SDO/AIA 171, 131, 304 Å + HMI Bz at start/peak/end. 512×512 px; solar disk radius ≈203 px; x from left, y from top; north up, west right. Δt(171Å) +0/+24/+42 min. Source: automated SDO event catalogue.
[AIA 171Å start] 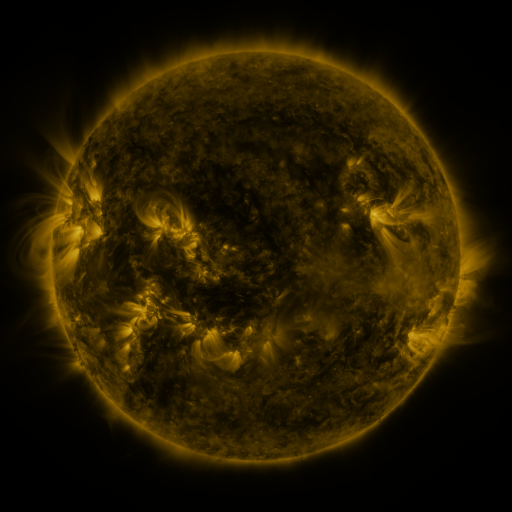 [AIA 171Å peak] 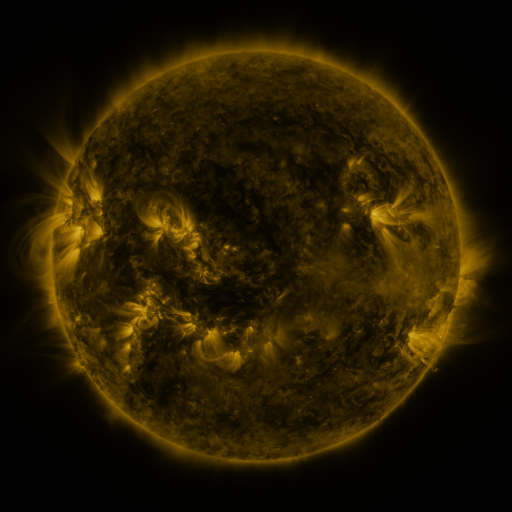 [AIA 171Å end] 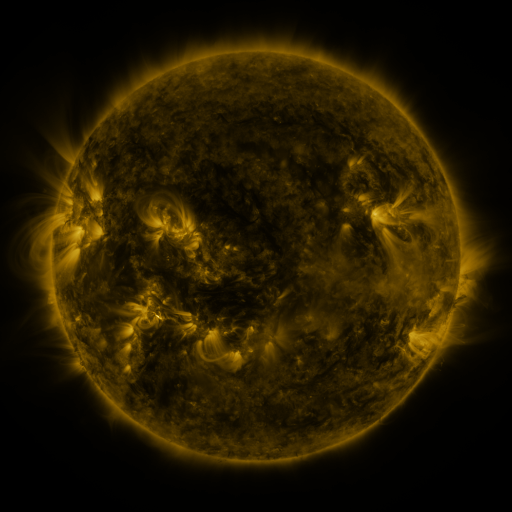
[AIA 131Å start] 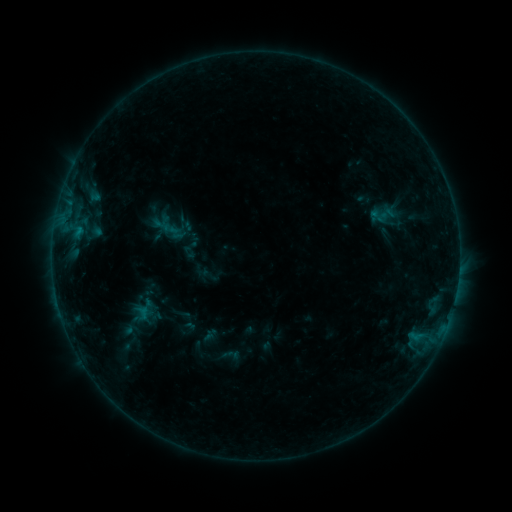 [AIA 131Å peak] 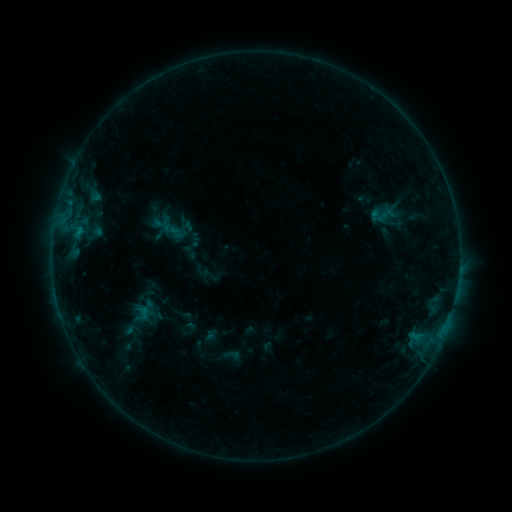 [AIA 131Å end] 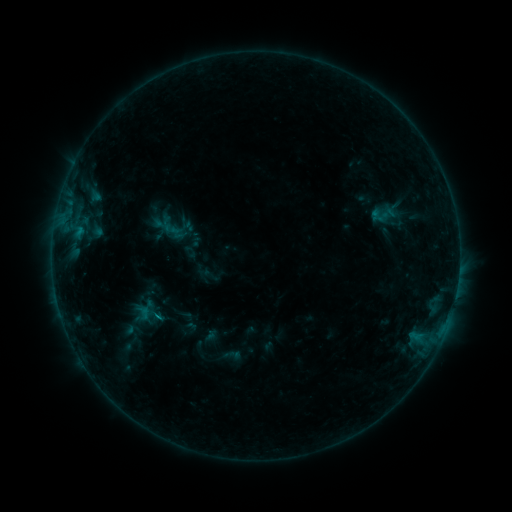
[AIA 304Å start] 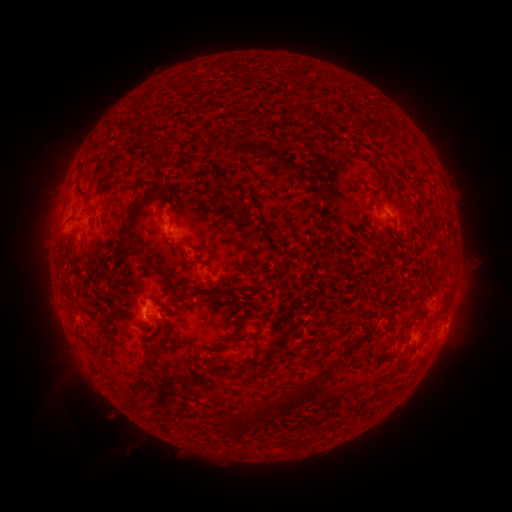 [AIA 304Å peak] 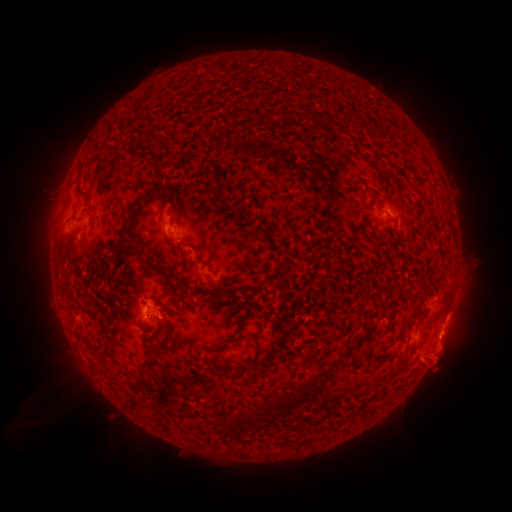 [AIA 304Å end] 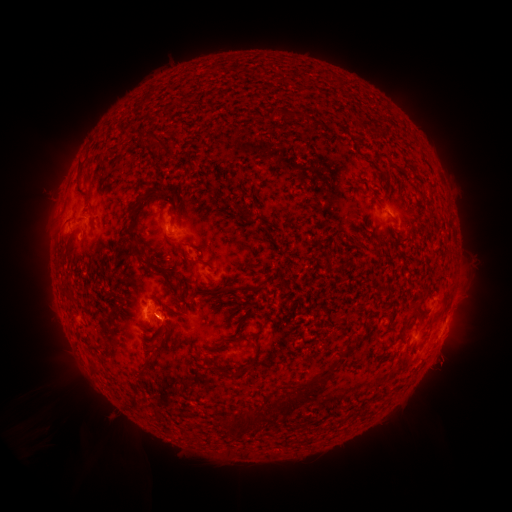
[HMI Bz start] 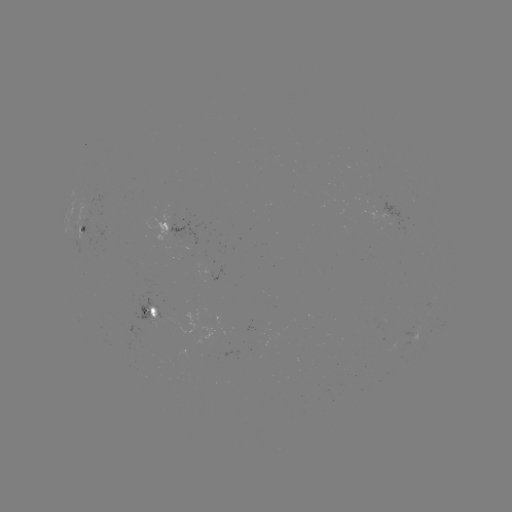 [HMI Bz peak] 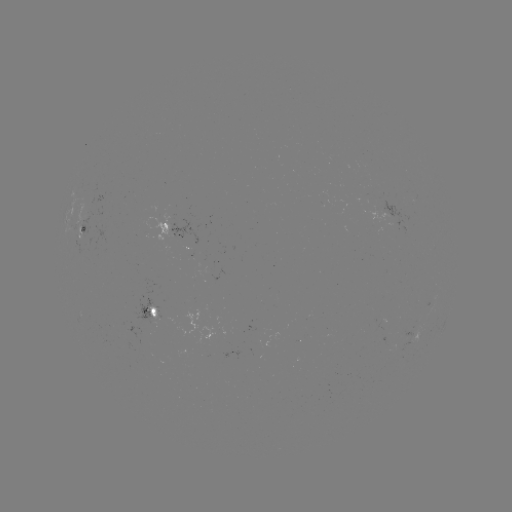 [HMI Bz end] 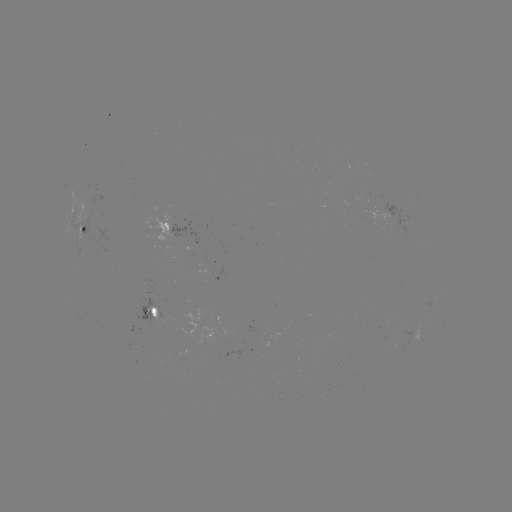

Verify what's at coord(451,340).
eruption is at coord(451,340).